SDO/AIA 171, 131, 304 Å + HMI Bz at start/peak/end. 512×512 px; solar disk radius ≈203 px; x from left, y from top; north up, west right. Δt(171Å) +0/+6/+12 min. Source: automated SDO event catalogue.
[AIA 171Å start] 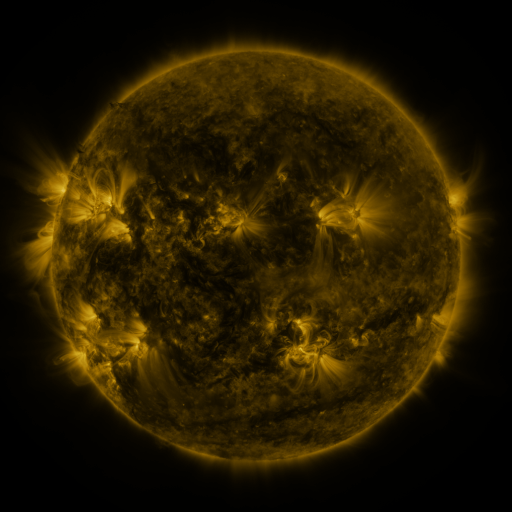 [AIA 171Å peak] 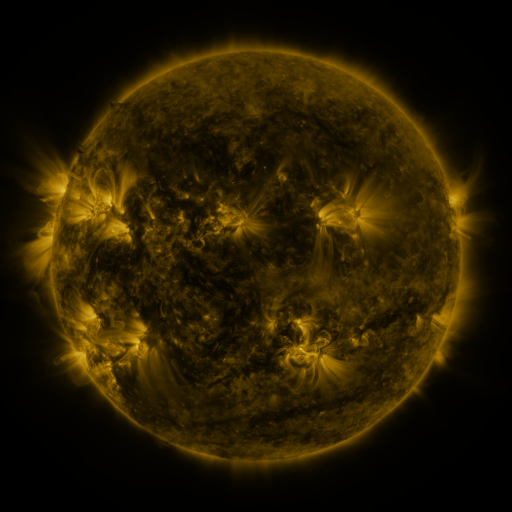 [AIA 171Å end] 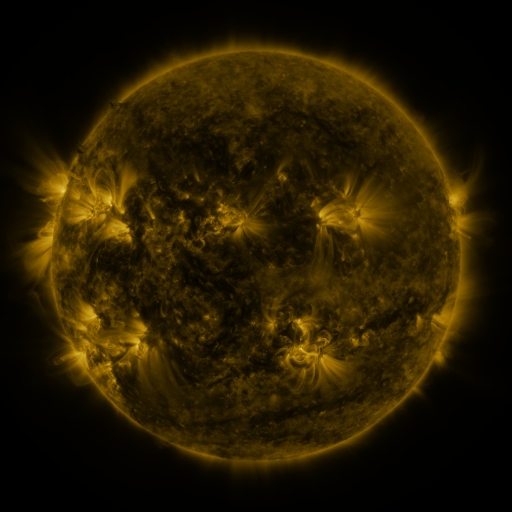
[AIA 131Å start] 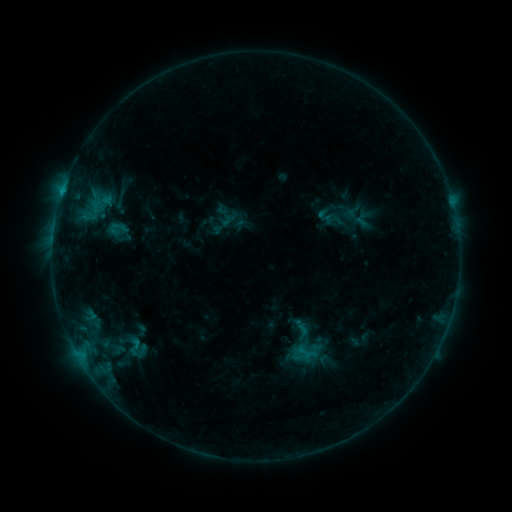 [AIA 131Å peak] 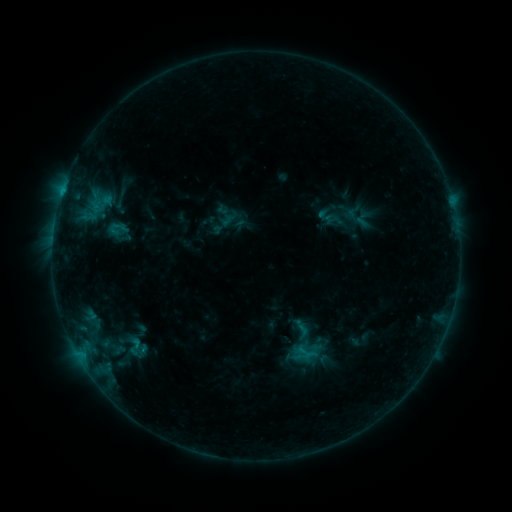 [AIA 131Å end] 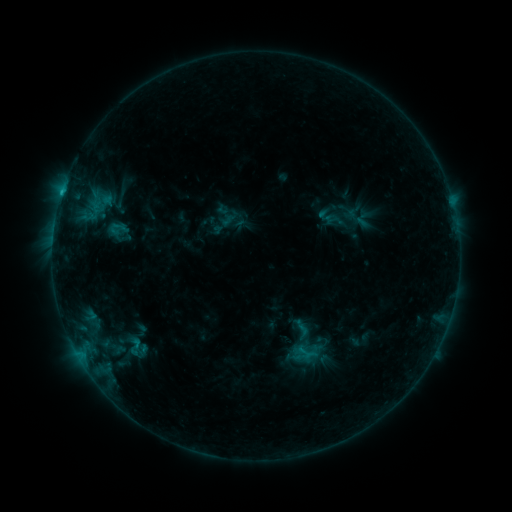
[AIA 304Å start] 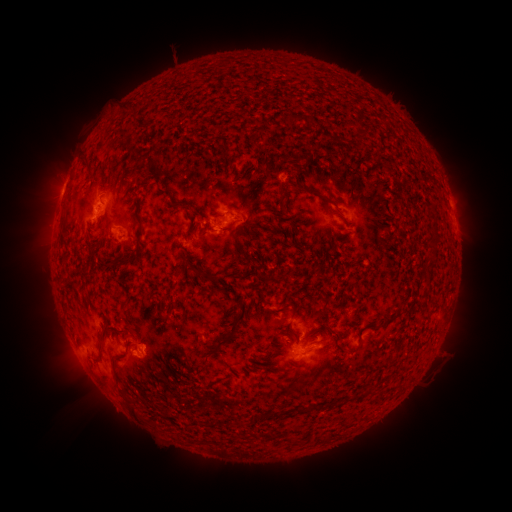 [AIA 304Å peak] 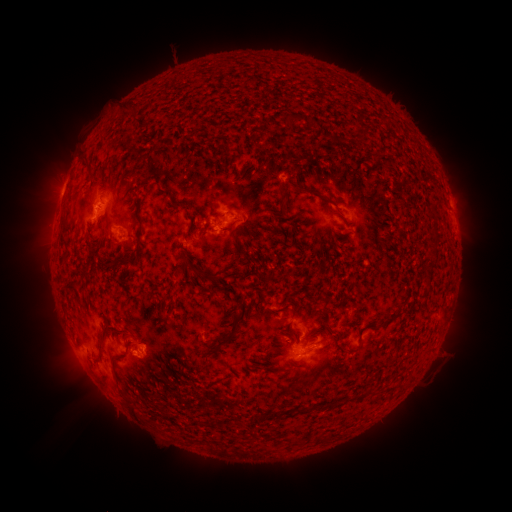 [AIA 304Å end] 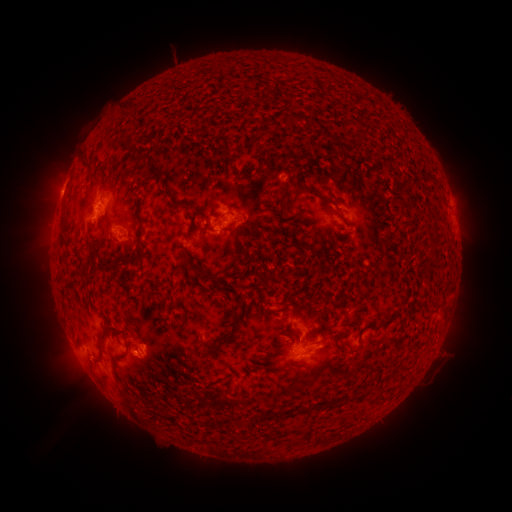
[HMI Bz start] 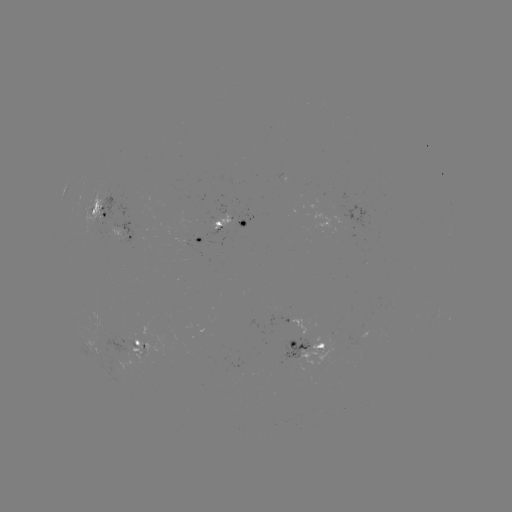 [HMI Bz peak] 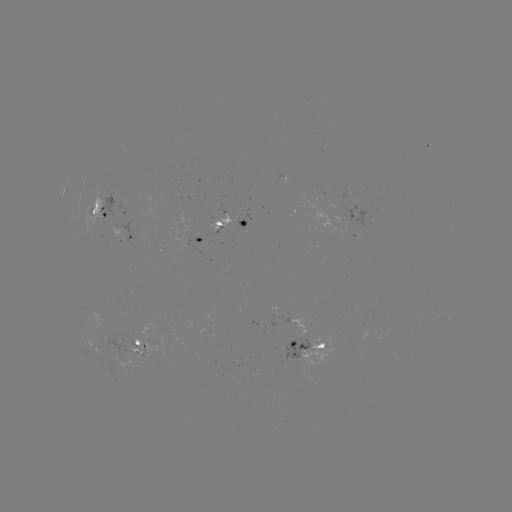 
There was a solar flare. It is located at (61, 196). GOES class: B9.5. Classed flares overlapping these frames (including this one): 1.